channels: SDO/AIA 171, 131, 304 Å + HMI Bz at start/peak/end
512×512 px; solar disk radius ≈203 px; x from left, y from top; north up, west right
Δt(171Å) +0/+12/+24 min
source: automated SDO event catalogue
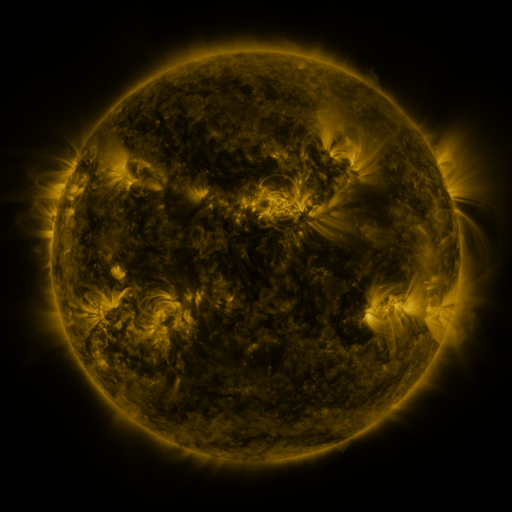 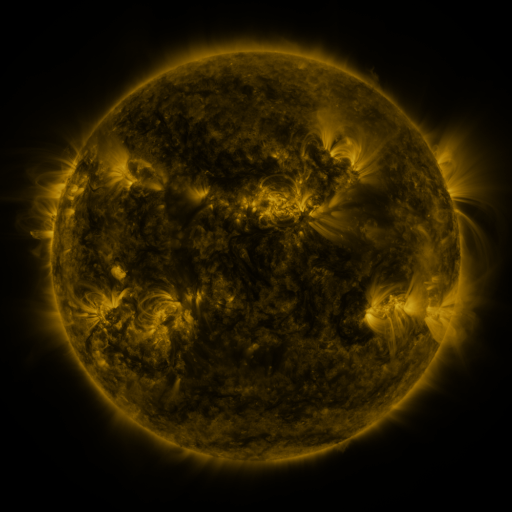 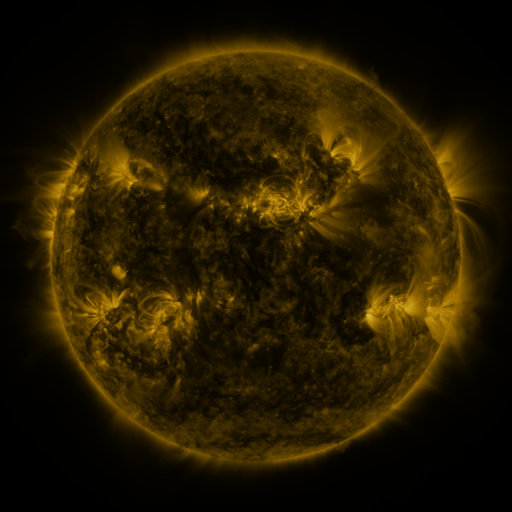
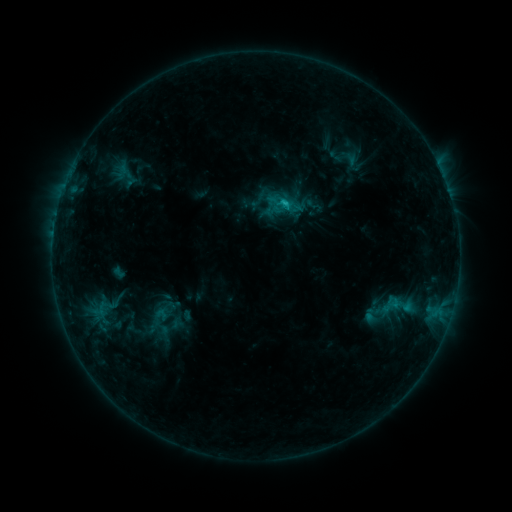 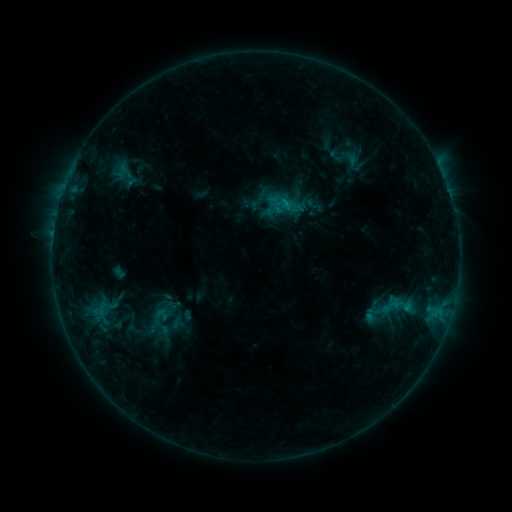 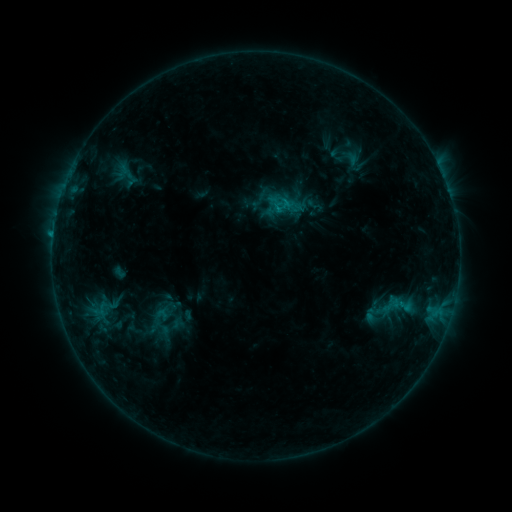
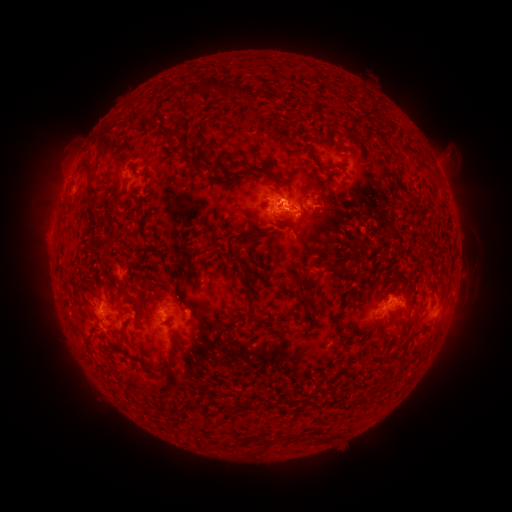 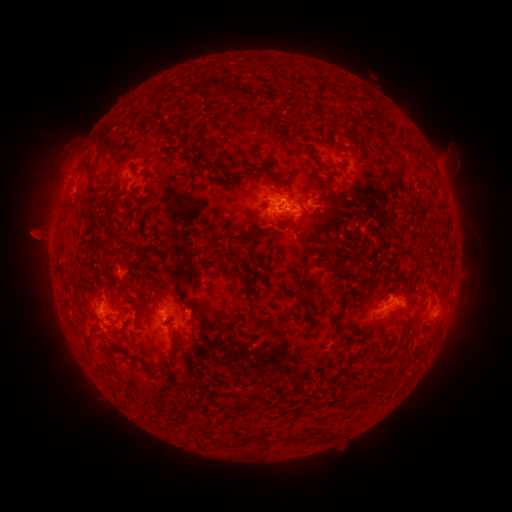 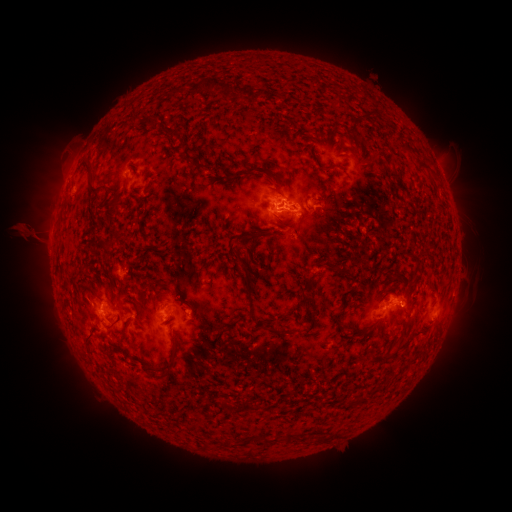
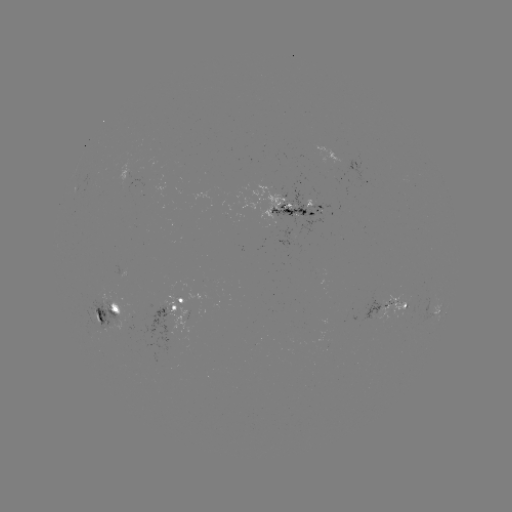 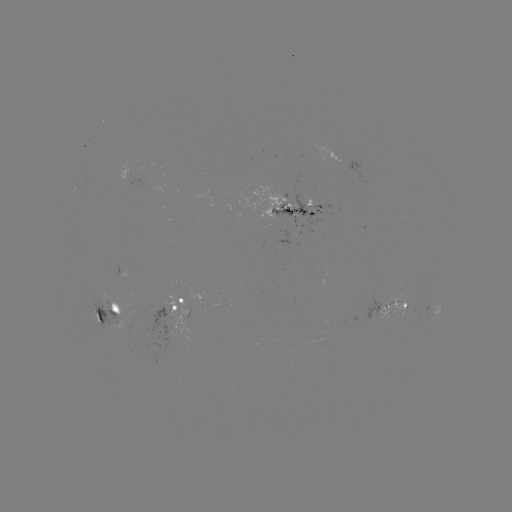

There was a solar eruption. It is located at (33, 237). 